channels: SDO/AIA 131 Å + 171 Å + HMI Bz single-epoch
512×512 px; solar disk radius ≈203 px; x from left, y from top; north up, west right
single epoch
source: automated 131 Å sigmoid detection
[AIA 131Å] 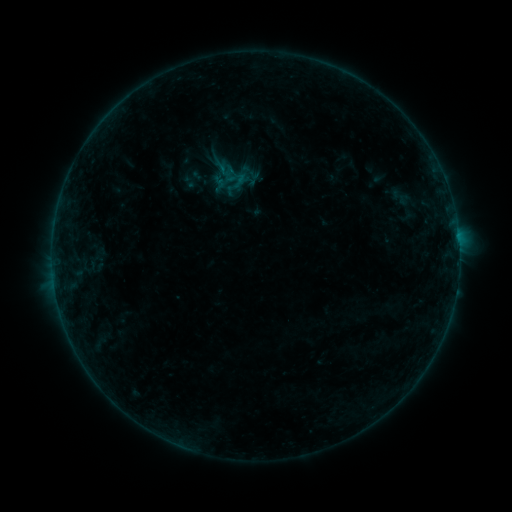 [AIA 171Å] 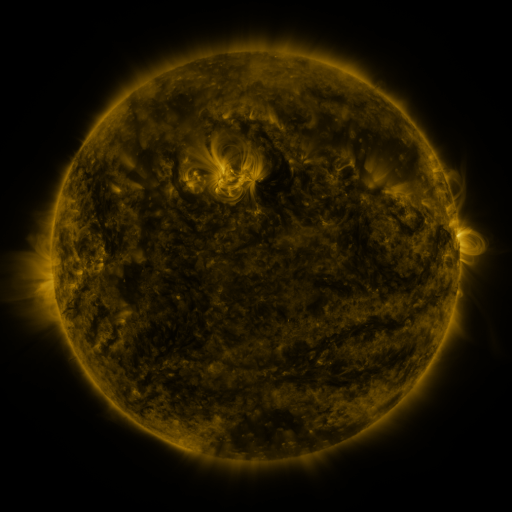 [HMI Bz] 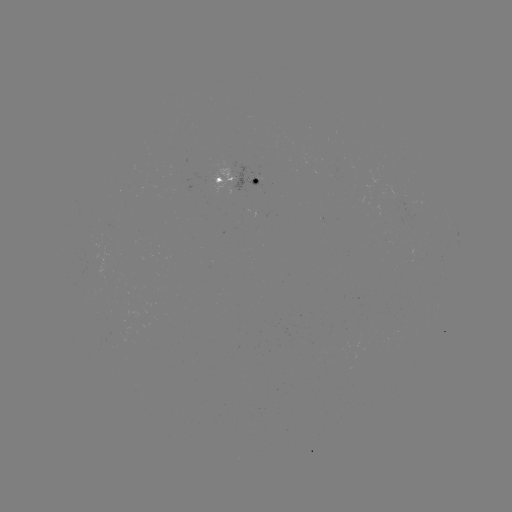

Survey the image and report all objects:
sigmoid: (231, 180)
